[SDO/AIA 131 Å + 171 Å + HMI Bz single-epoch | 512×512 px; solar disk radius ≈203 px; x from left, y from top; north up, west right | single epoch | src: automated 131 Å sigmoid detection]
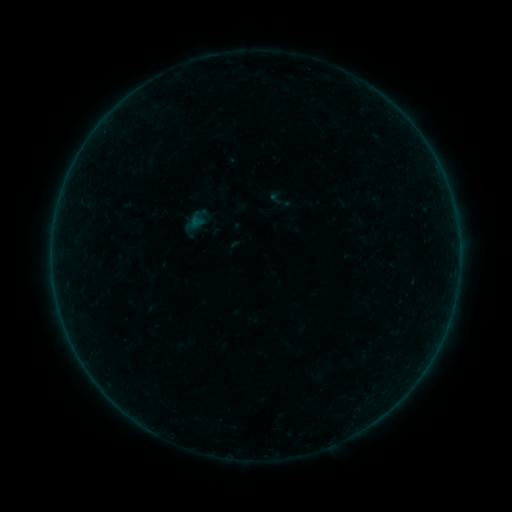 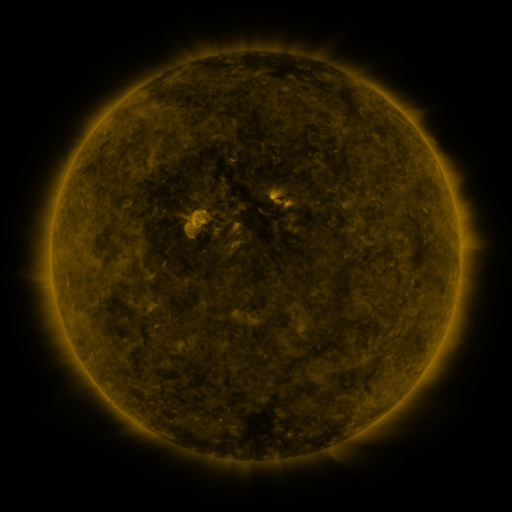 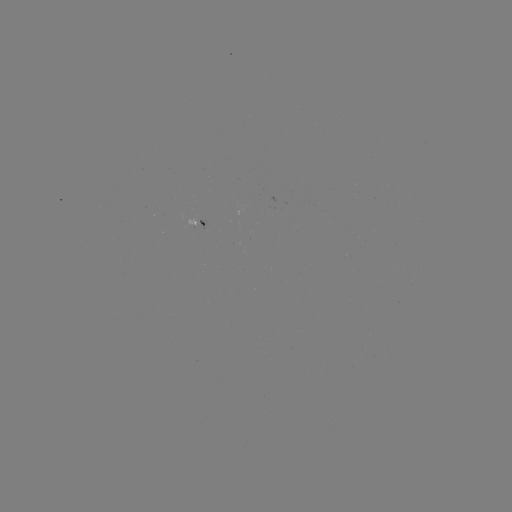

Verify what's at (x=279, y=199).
sigmoid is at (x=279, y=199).